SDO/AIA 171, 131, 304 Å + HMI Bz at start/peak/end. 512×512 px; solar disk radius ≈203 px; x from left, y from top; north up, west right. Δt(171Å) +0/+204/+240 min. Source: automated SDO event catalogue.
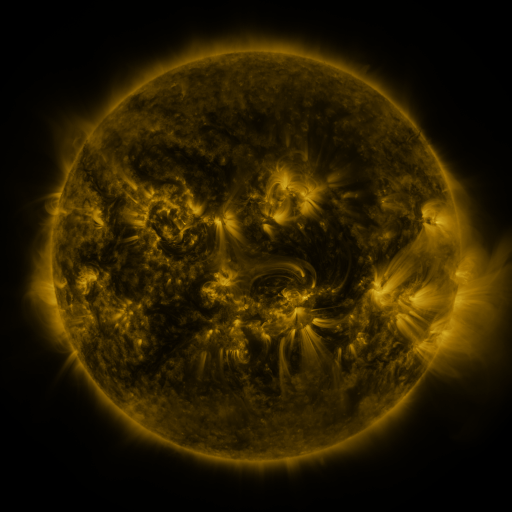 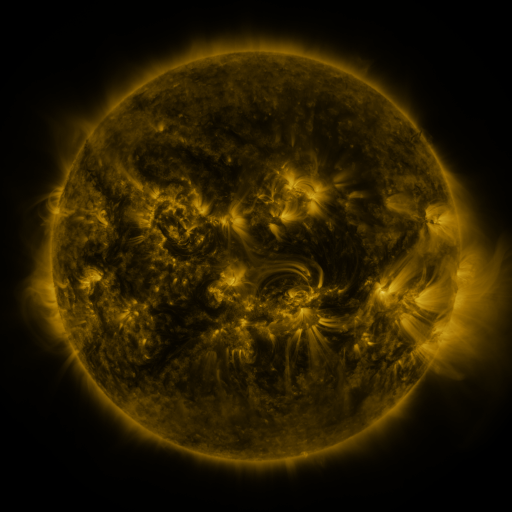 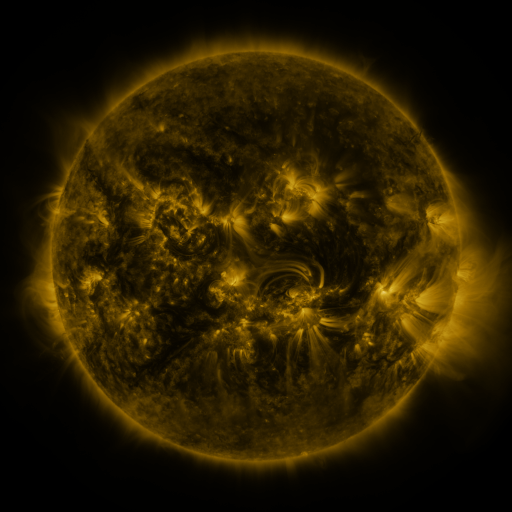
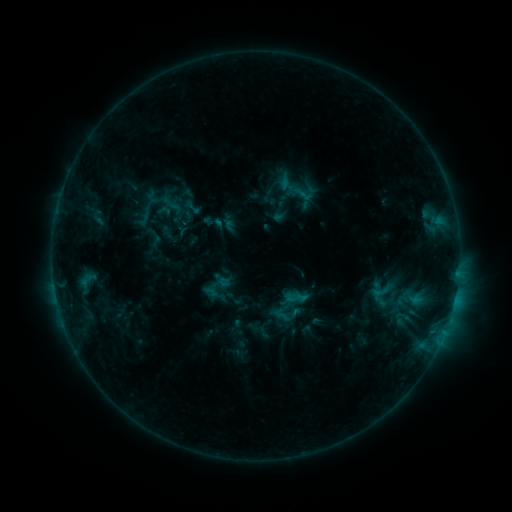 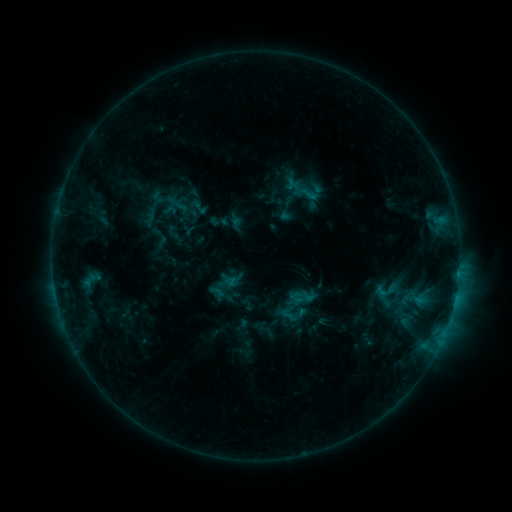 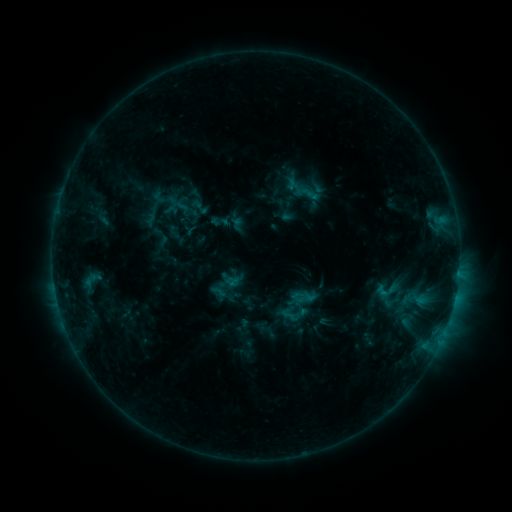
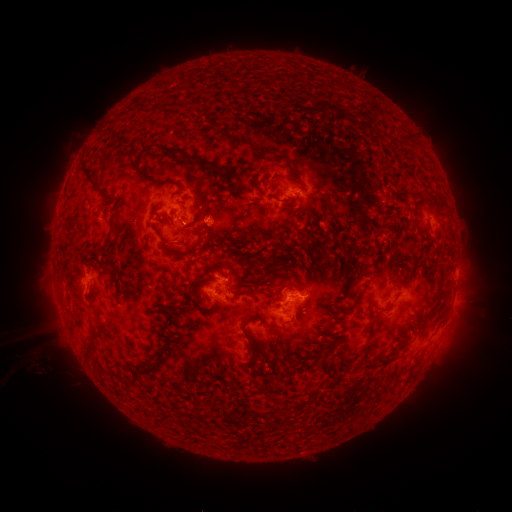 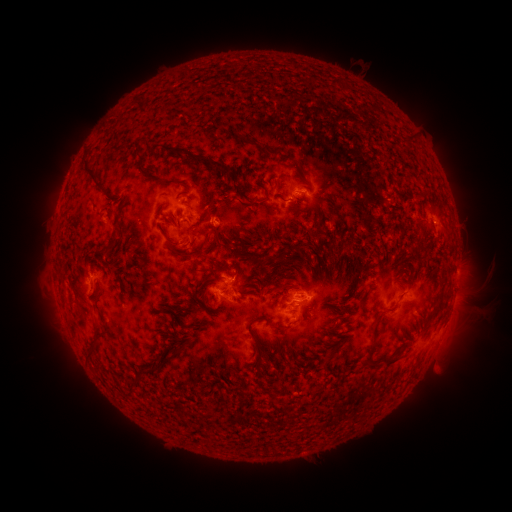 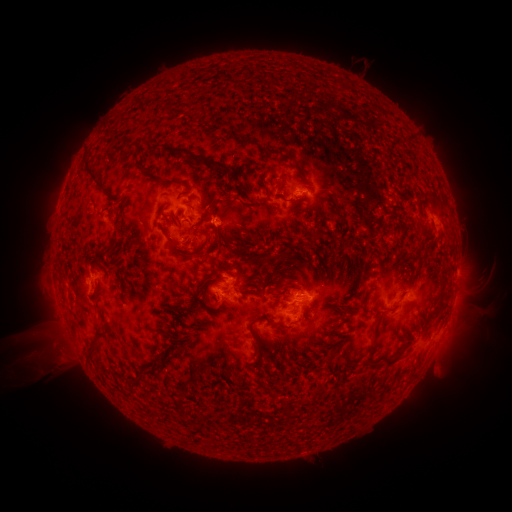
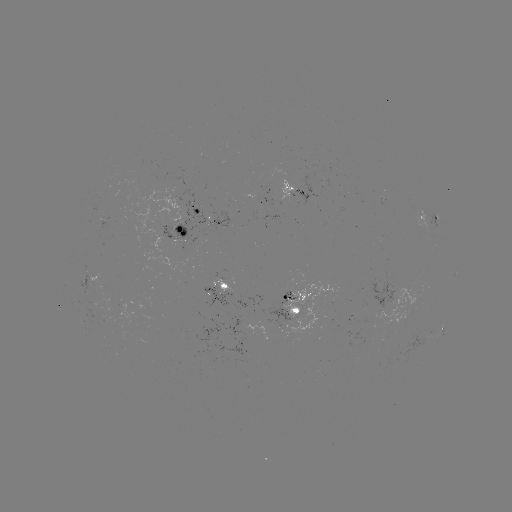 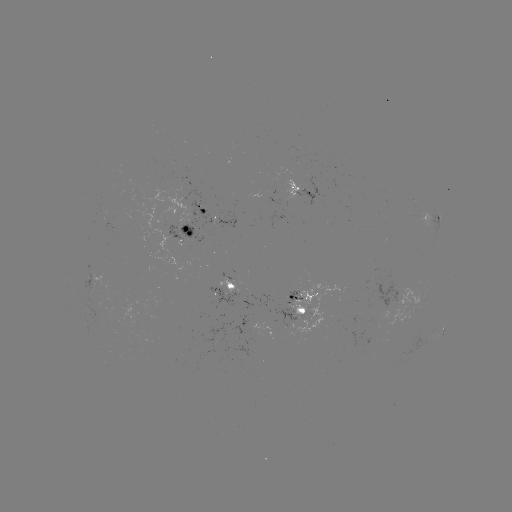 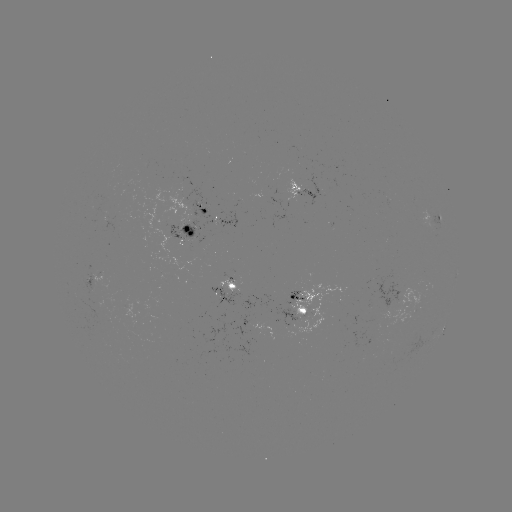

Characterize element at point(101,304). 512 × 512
emerging-flux region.